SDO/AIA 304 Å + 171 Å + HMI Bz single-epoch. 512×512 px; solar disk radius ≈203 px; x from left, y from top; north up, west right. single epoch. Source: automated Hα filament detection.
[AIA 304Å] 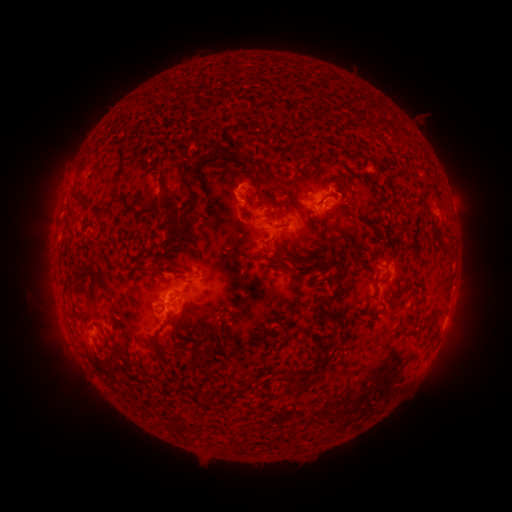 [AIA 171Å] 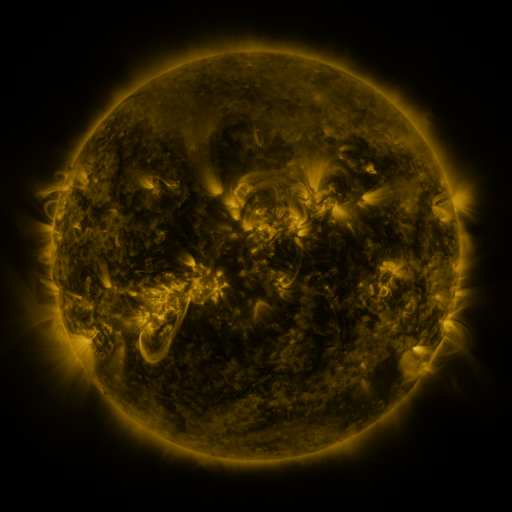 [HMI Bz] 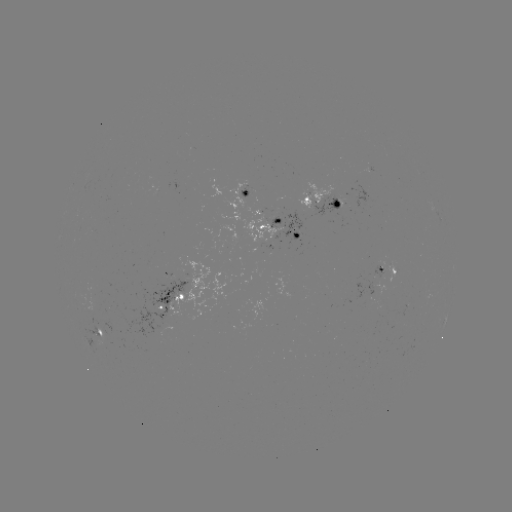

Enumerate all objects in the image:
filament: (241, 61)
filament: (234, 160)
filament: (250, 162)
filament: (183, 182)
filament: (428, 182)
filament: (159, 186)
filament: (71, 195)
filament: (145, 208)
filament: (172, 224)
filament: (399, 224)
filament: (289, 257)
filament: (249, 261)
filament: (307, 261)
filament: (274, 263)
filament: (147, 273)
filament: (337, 274)
filament: (190, 287)
filament: (402, 288)
filament: (91, 295)
filament: (432, 315)
filament: (219, 327)
filament: (200, 358)
filament: (300, 388)
